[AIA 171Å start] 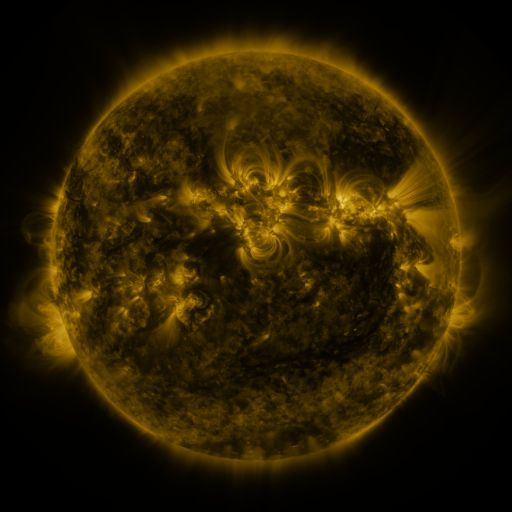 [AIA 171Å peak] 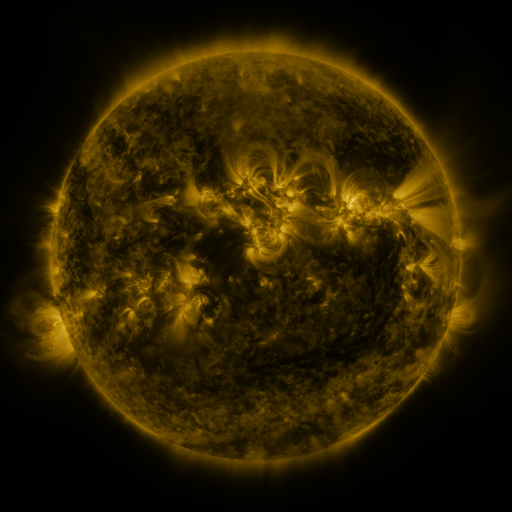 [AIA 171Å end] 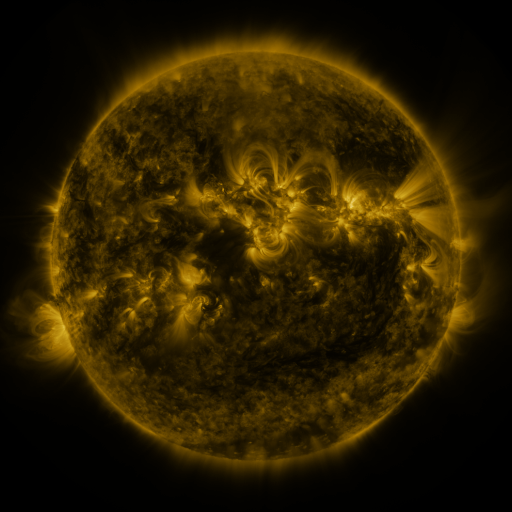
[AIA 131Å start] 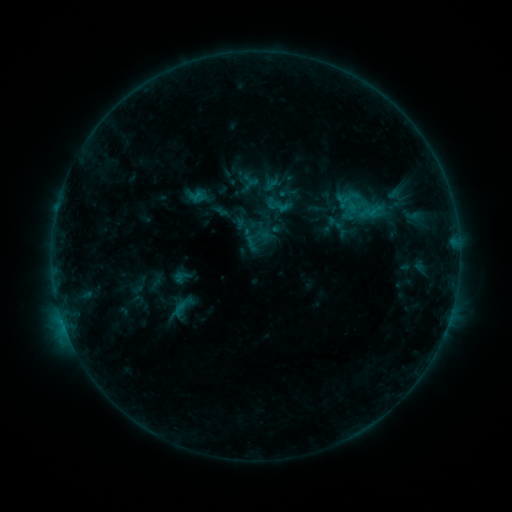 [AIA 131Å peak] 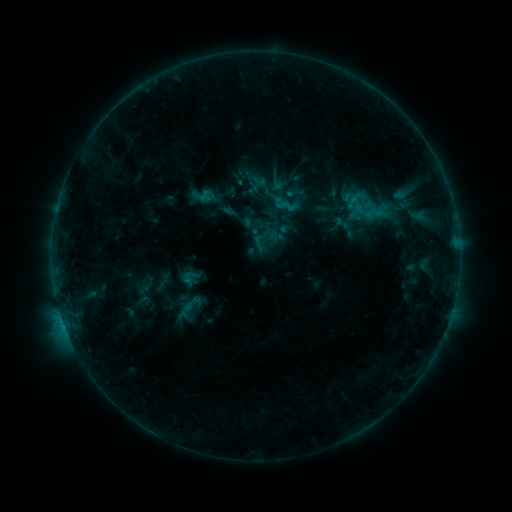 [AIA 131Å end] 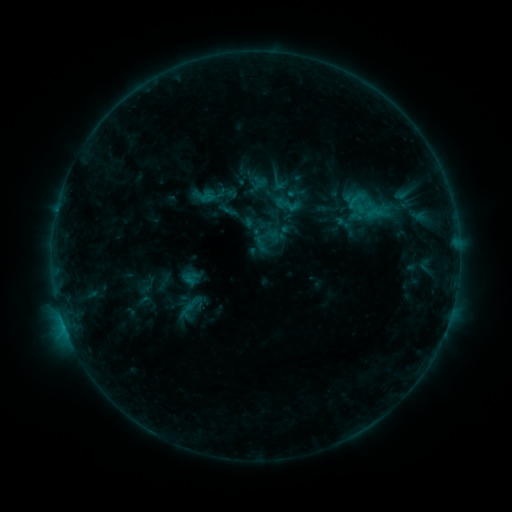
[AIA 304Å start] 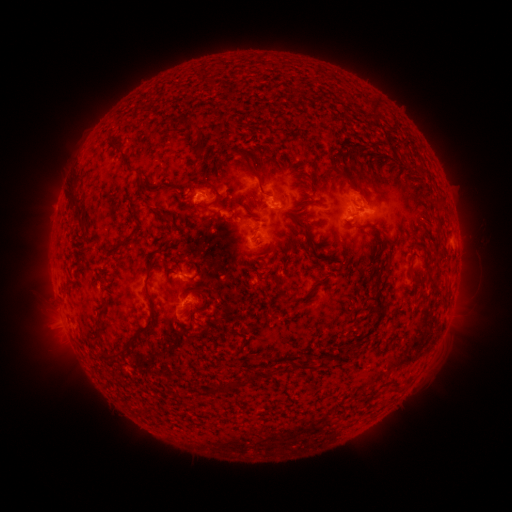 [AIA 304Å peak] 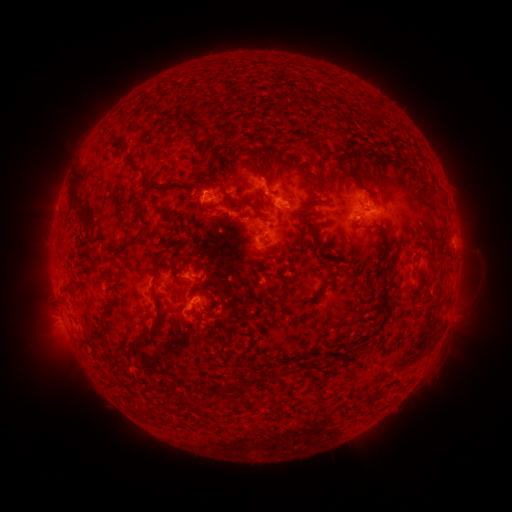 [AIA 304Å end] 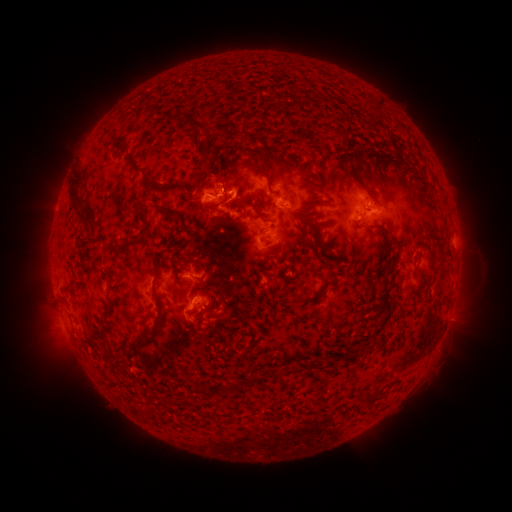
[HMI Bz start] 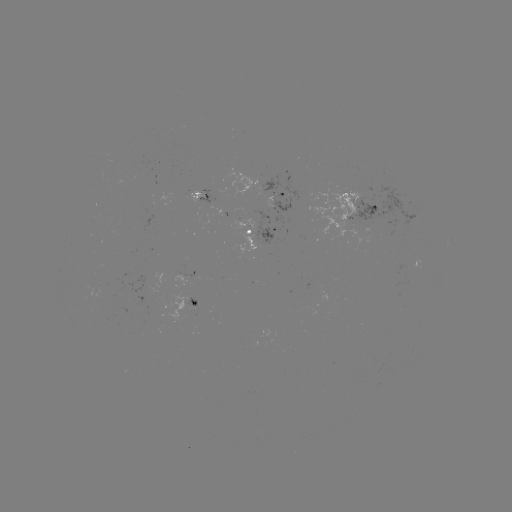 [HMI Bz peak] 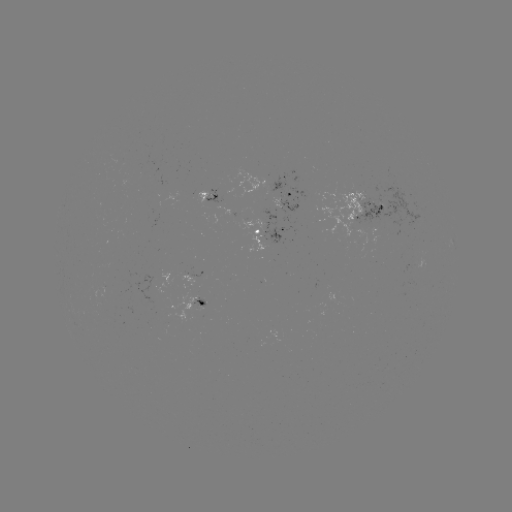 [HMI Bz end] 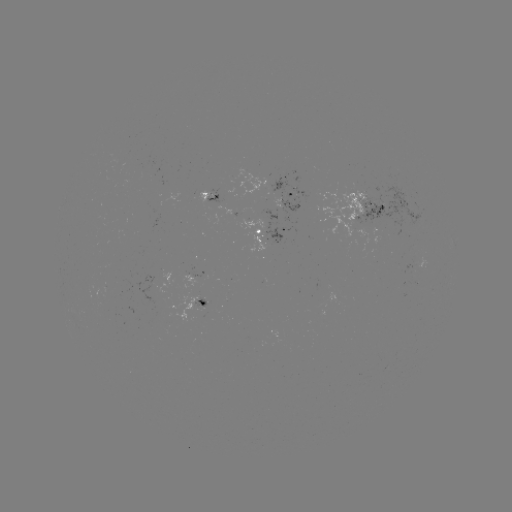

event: emerging-flux region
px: (198, 193)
